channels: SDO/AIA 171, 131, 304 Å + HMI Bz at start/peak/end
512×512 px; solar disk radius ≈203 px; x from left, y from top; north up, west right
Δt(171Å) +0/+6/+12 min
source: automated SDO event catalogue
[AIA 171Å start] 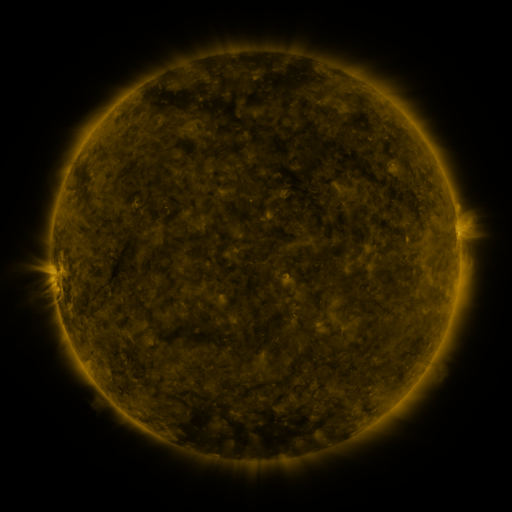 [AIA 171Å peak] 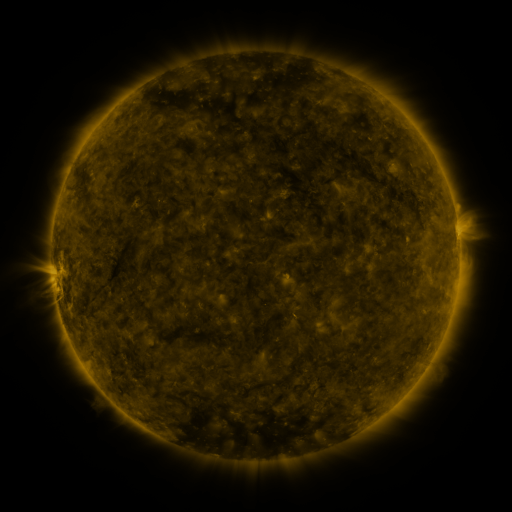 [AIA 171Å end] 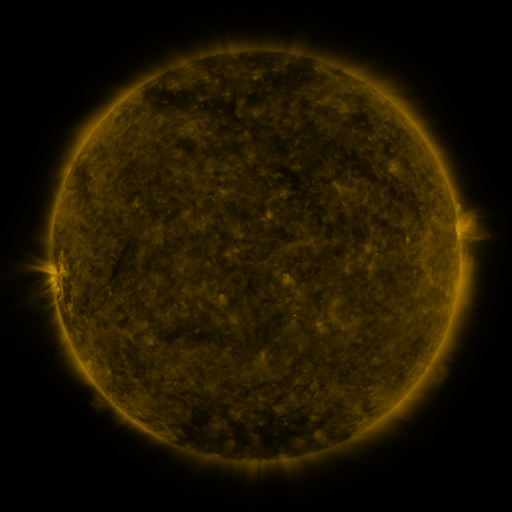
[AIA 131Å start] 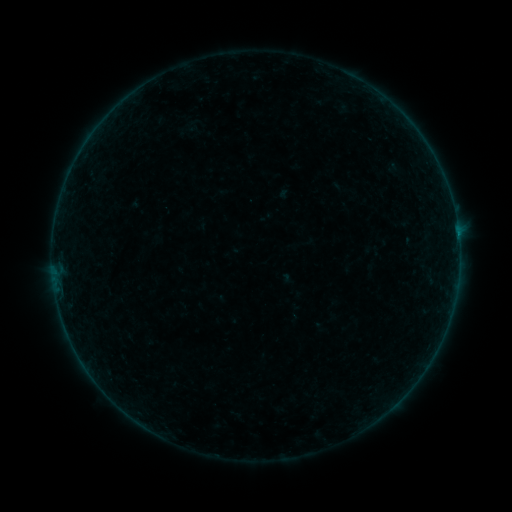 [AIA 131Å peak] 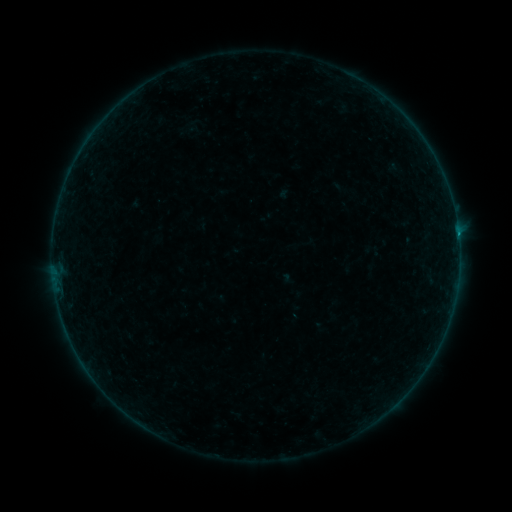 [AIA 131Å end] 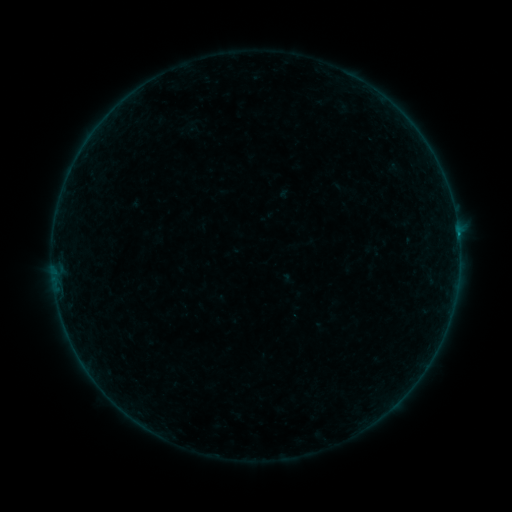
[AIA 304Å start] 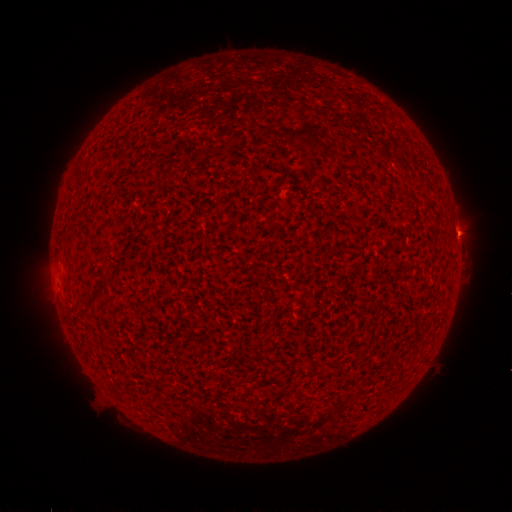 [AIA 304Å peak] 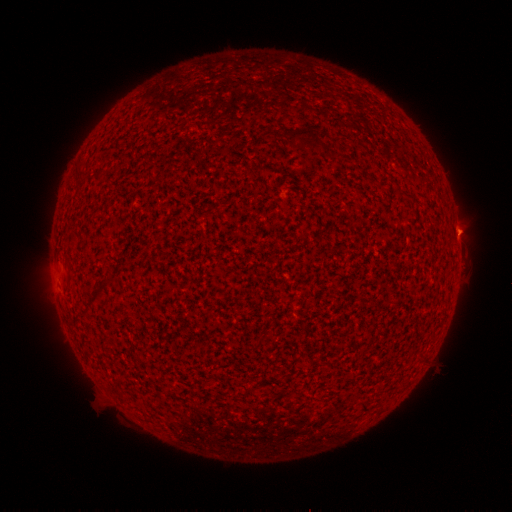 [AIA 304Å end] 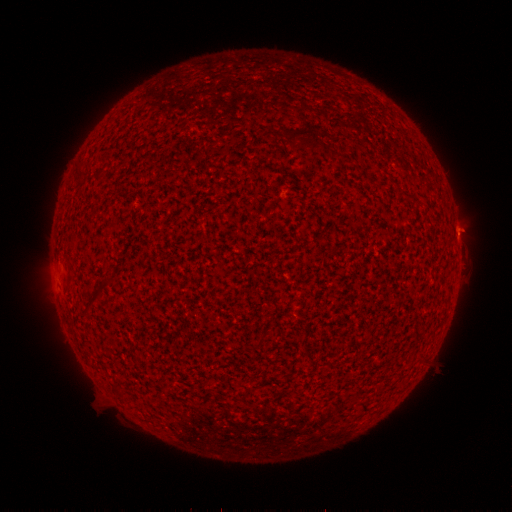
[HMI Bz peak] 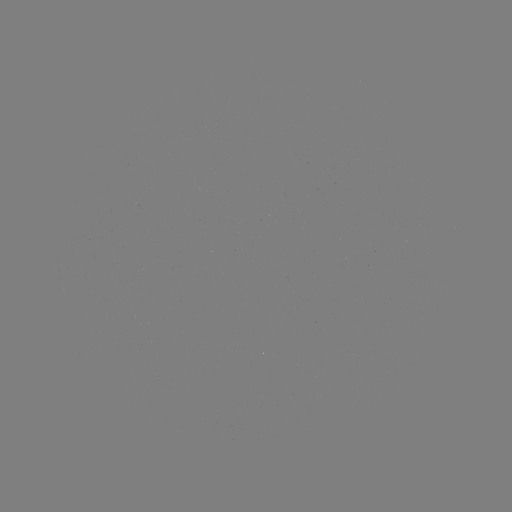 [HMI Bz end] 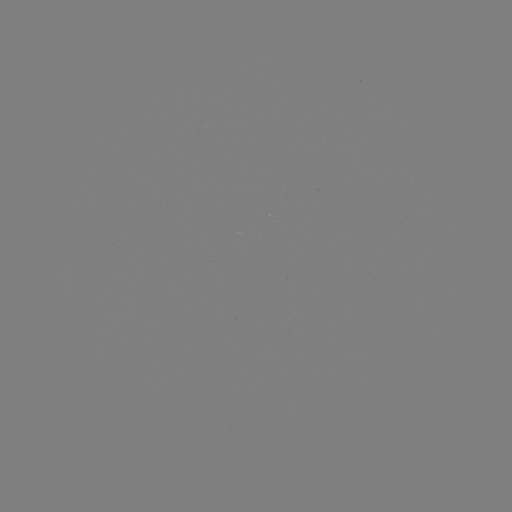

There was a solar flare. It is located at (457, 234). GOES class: B1.1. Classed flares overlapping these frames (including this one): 1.